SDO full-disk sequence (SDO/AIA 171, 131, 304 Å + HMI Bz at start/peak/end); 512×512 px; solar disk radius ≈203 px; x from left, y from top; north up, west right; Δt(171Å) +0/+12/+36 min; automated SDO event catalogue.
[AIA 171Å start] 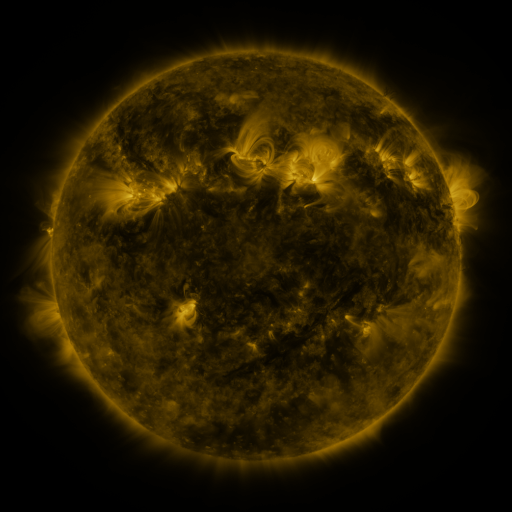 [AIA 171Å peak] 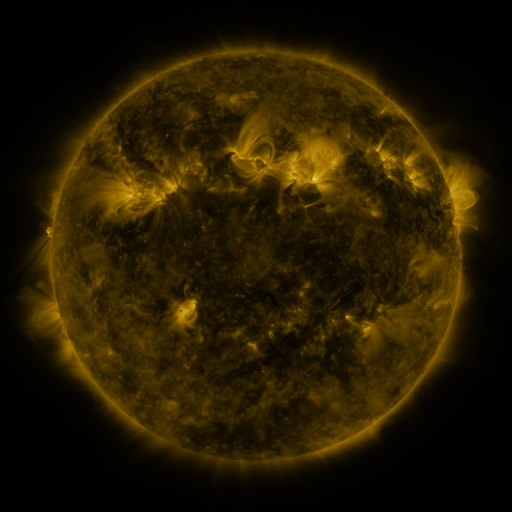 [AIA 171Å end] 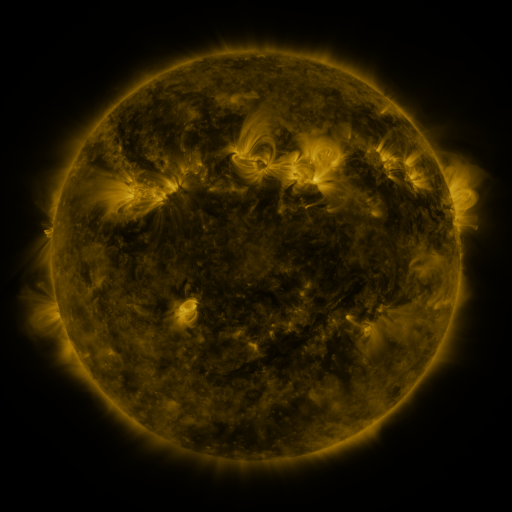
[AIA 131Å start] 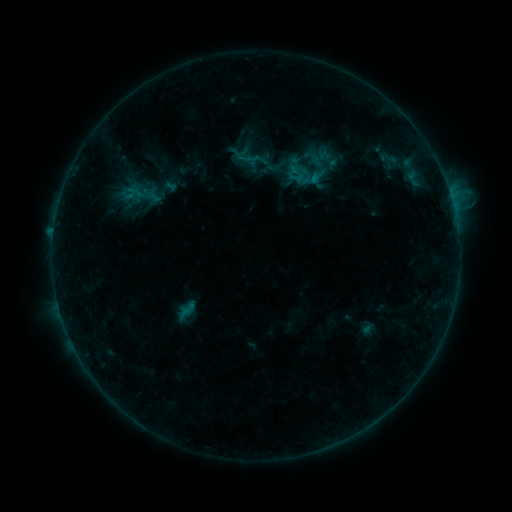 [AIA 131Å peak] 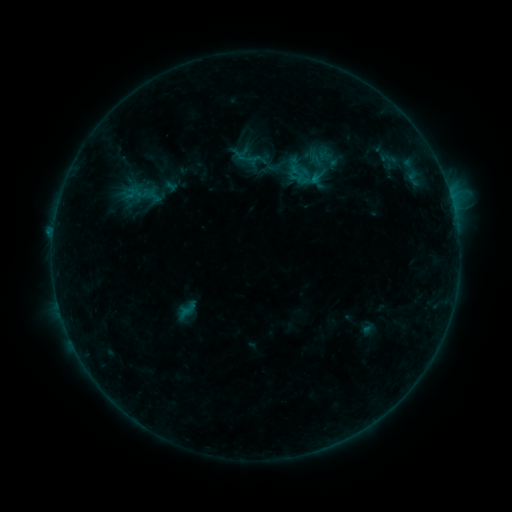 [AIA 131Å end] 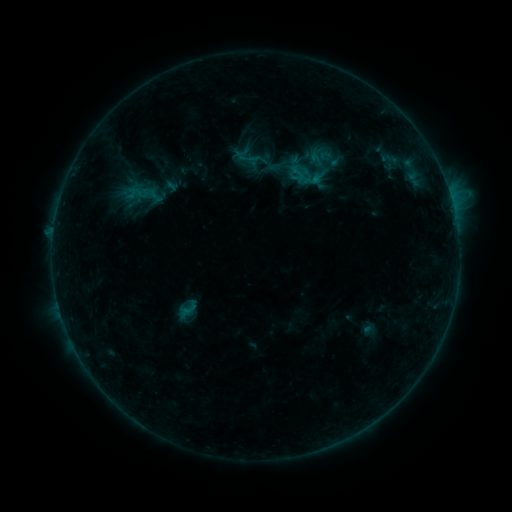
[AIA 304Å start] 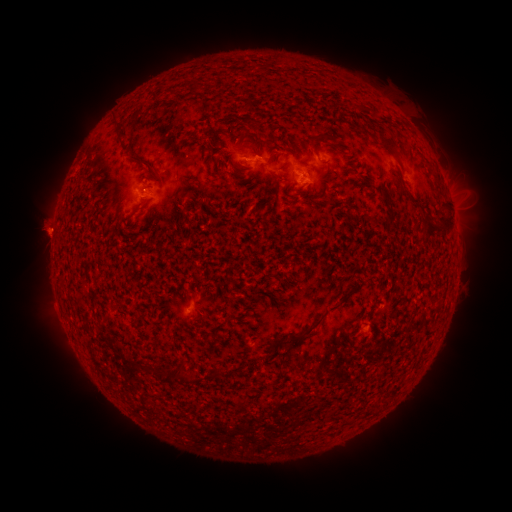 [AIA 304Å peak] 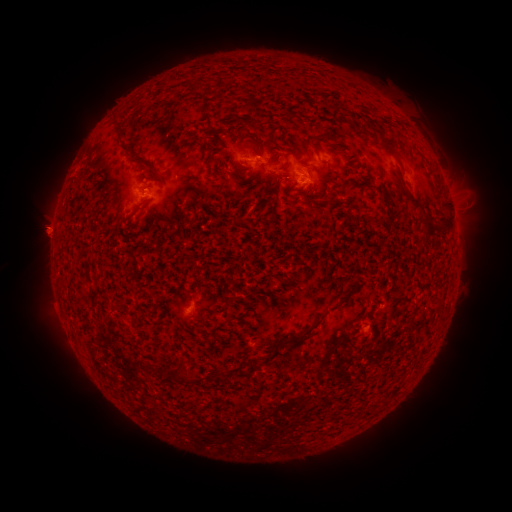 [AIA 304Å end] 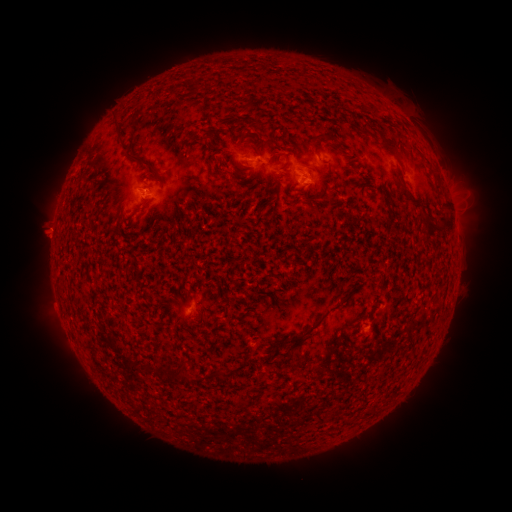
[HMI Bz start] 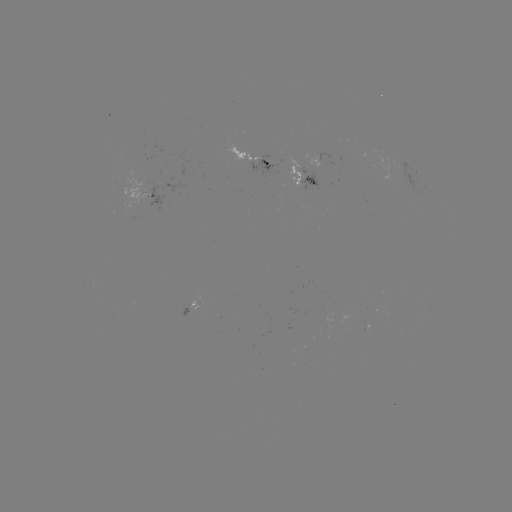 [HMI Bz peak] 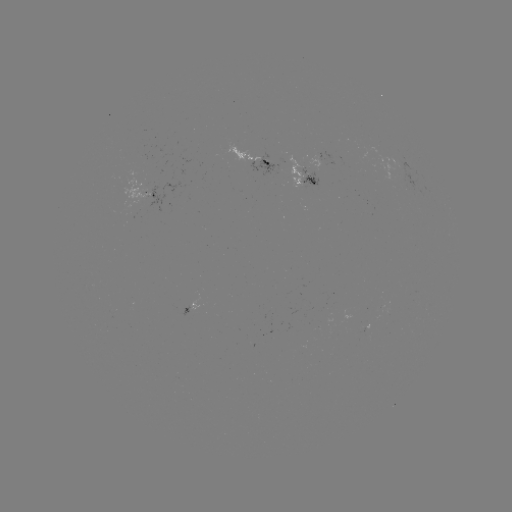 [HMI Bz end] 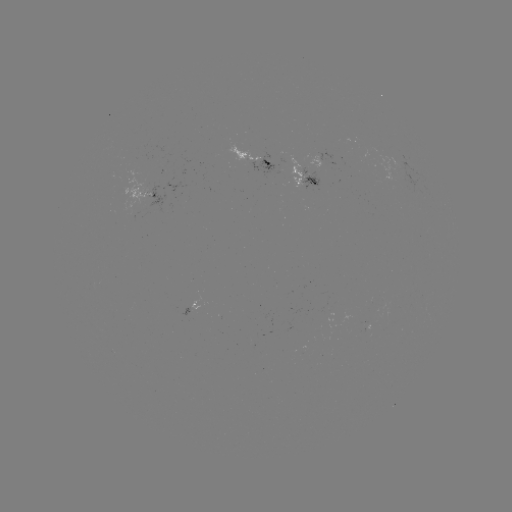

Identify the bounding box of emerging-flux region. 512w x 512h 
[144, 187, 163, 211].